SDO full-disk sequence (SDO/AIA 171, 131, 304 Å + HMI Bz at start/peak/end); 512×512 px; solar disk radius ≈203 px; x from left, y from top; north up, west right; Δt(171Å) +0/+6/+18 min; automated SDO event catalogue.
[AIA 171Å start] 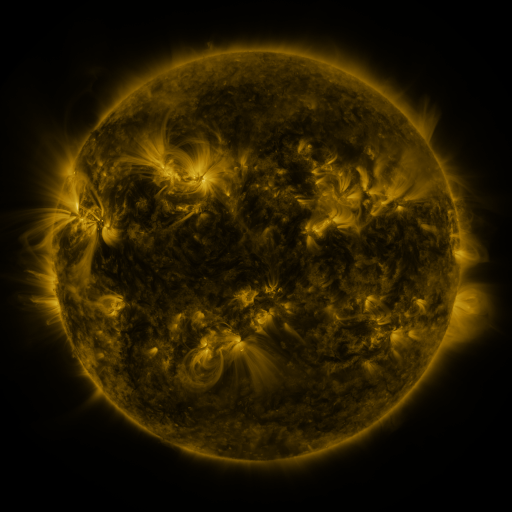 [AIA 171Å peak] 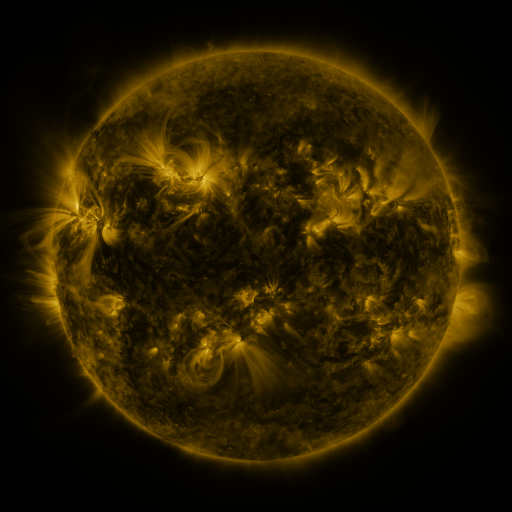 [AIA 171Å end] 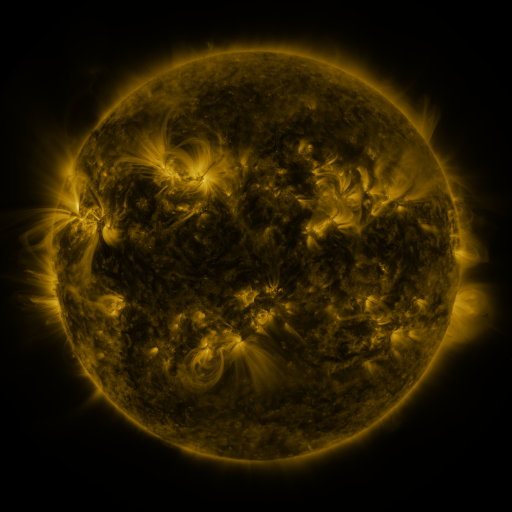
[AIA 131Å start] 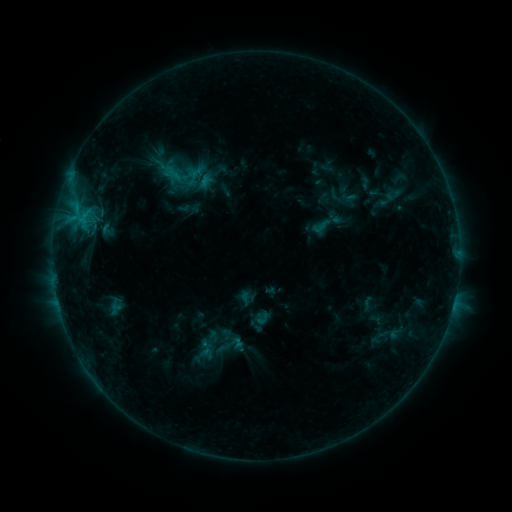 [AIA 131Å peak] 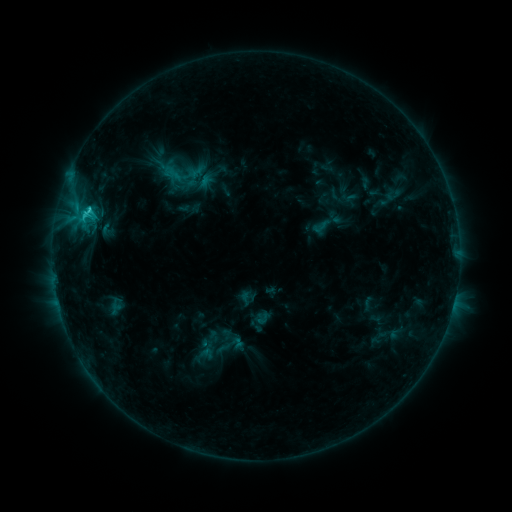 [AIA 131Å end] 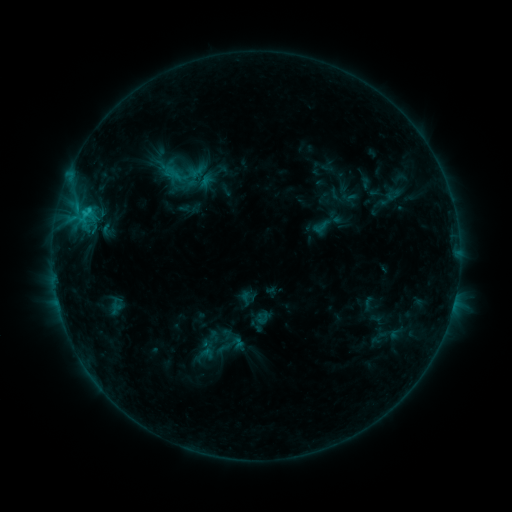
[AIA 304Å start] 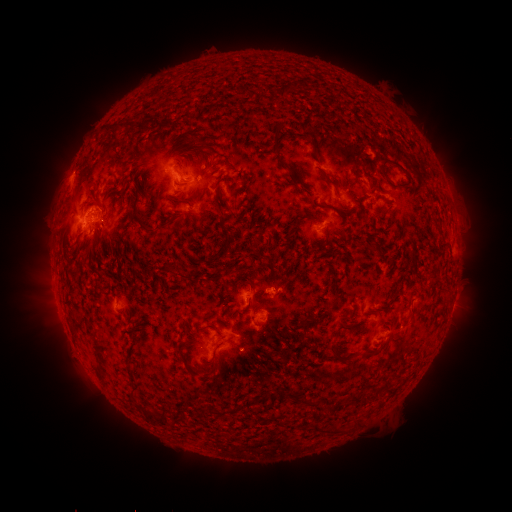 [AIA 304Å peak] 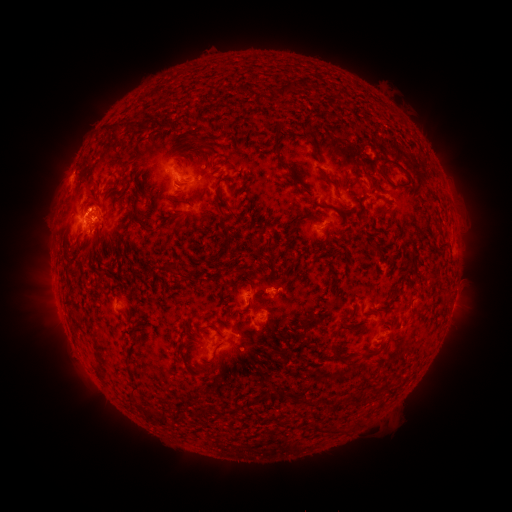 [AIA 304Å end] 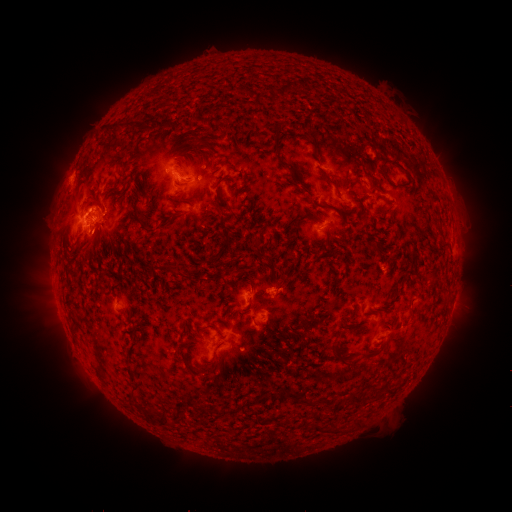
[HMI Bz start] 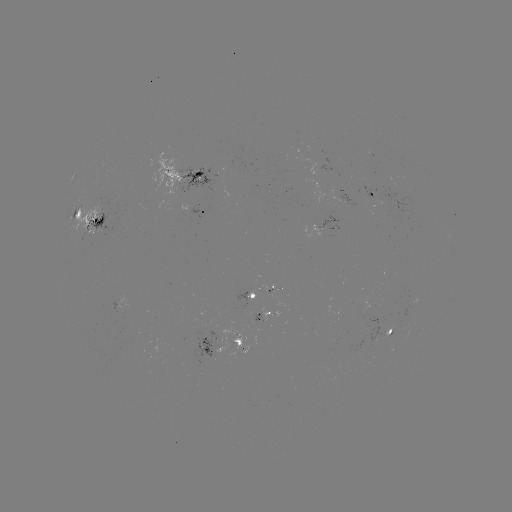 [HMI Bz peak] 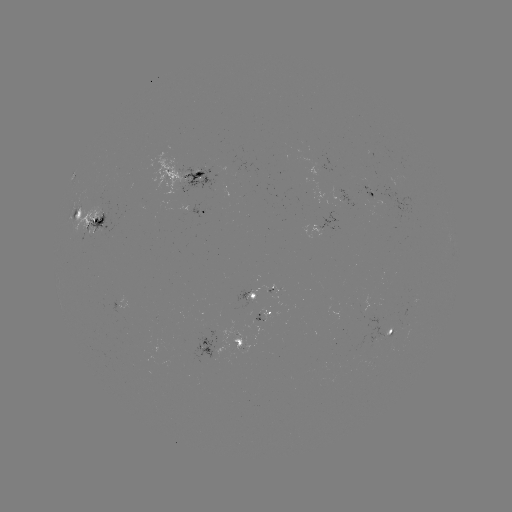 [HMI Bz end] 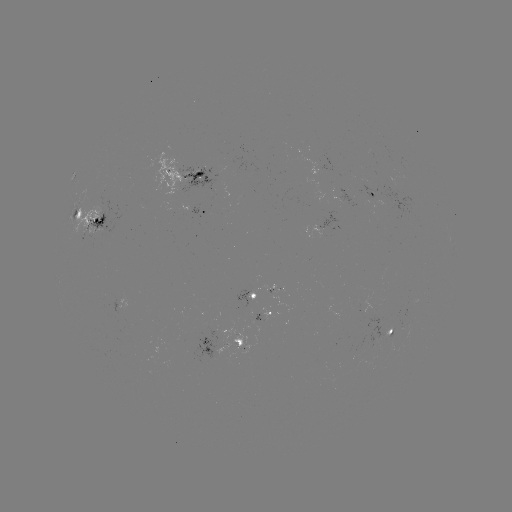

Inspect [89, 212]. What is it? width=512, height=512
C2.3 flare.